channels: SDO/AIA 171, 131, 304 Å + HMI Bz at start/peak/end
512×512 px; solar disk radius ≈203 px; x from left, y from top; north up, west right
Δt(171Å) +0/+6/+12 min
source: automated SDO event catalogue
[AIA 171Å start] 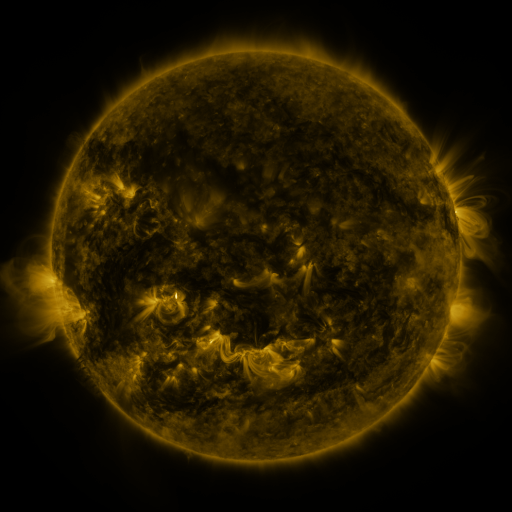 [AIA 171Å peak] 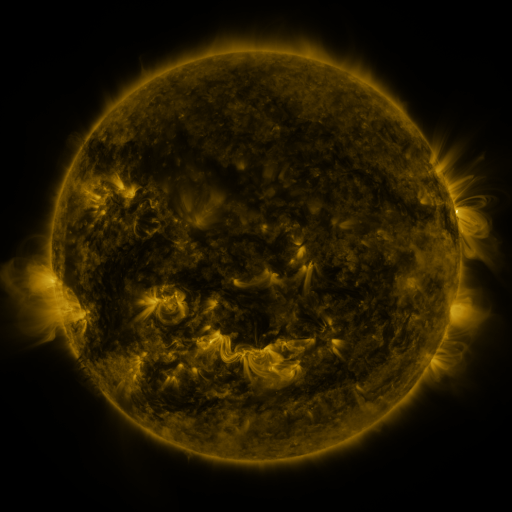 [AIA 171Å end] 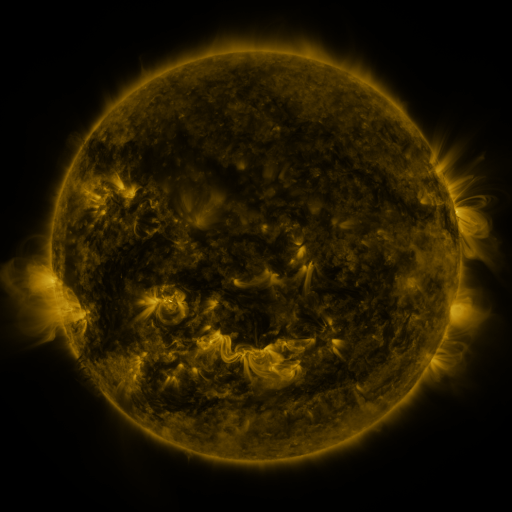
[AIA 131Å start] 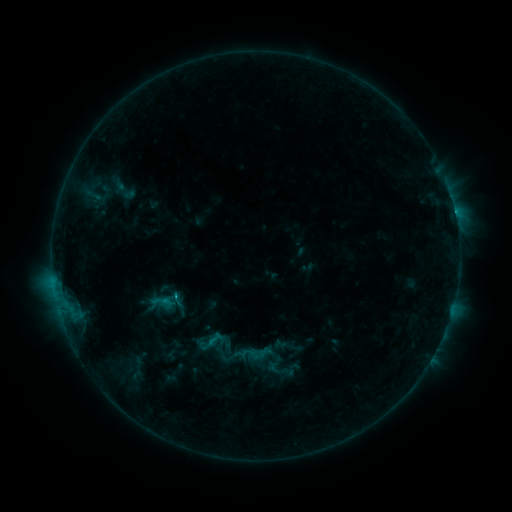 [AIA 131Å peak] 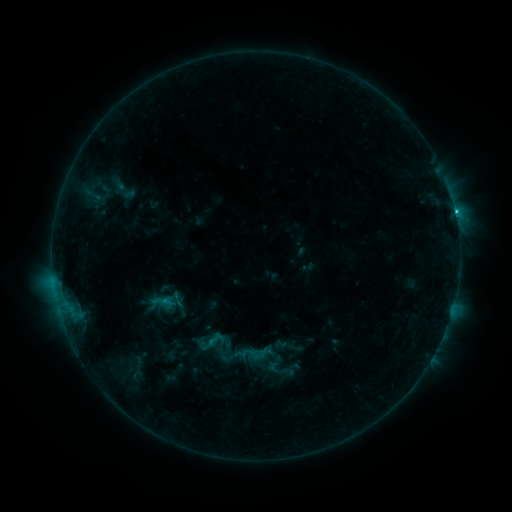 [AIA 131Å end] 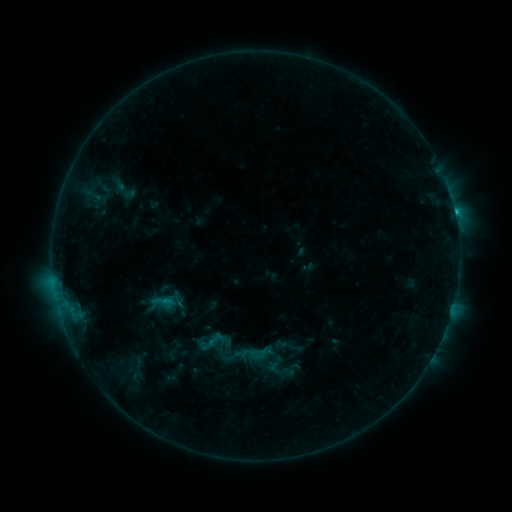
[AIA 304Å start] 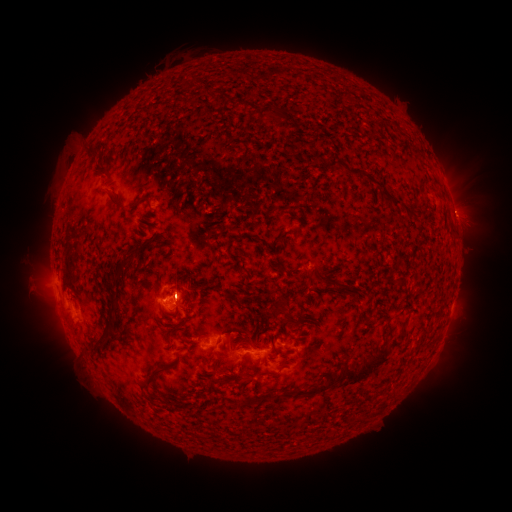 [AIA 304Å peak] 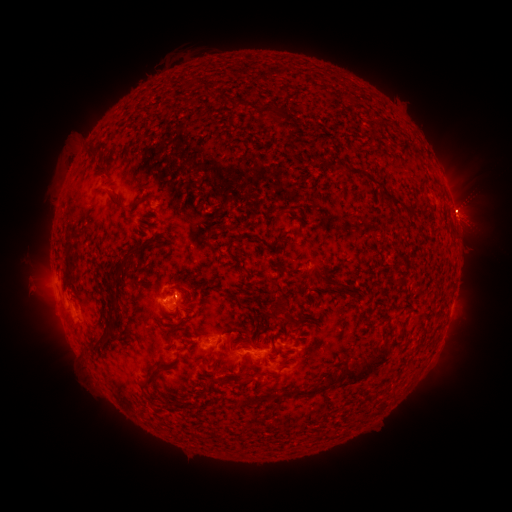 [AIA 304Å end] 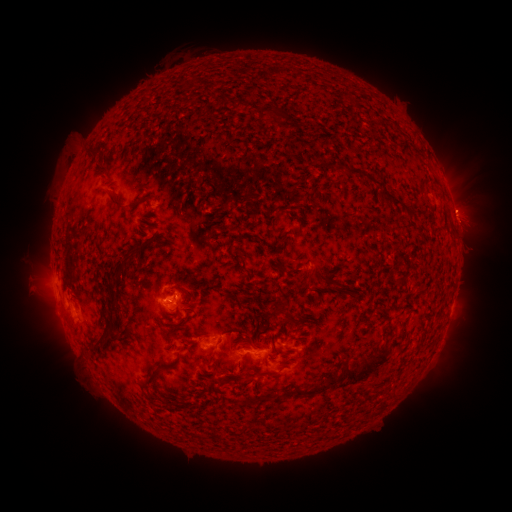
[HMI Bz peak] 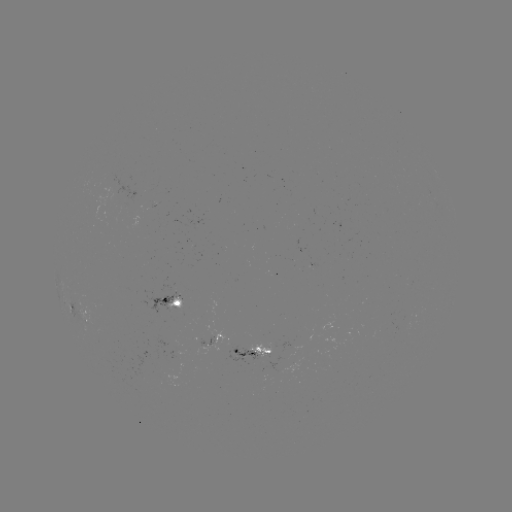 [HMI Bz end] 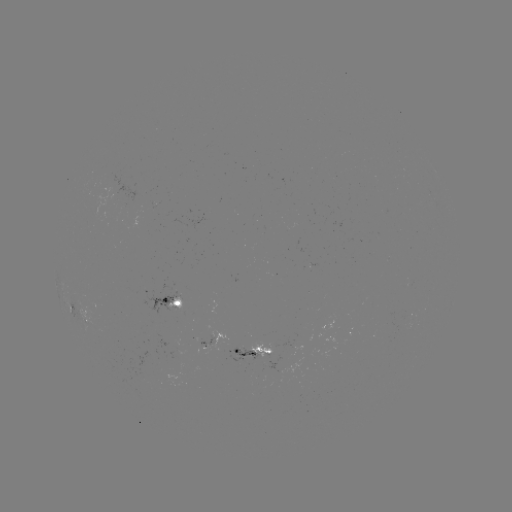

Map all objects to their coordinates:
C1.5 flare: (454, 214)
